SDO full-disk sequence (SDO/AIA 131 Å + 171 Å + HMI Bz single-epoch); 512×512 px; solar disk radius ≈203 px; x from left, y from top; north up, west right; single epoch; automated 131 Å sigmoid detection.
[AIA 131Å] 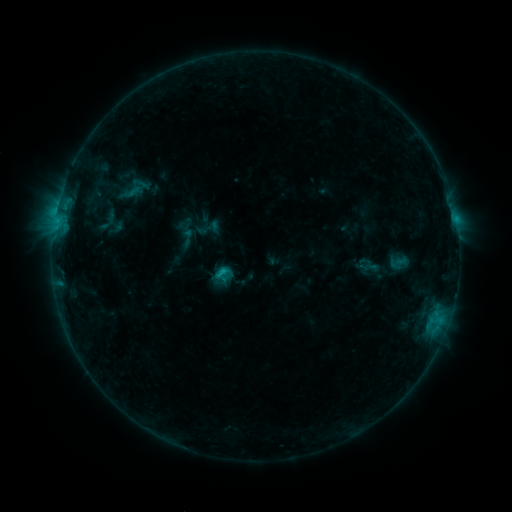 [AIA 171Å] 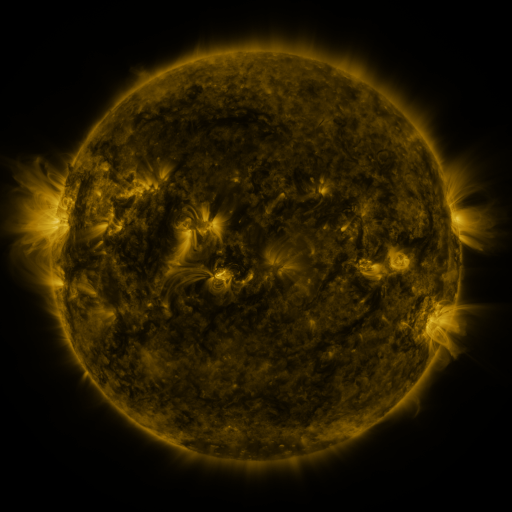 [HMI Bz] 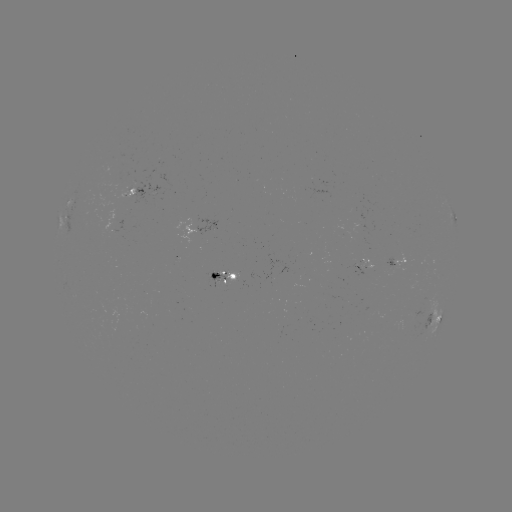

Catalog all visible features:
sigmoid: [195, 215, 221, 241]
sigmoid: [177, 228, 198, 248]
